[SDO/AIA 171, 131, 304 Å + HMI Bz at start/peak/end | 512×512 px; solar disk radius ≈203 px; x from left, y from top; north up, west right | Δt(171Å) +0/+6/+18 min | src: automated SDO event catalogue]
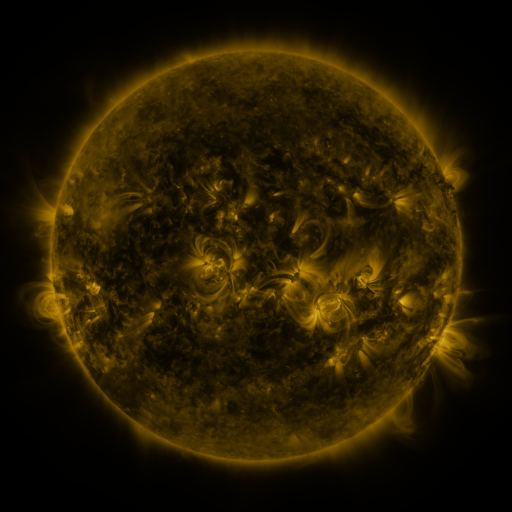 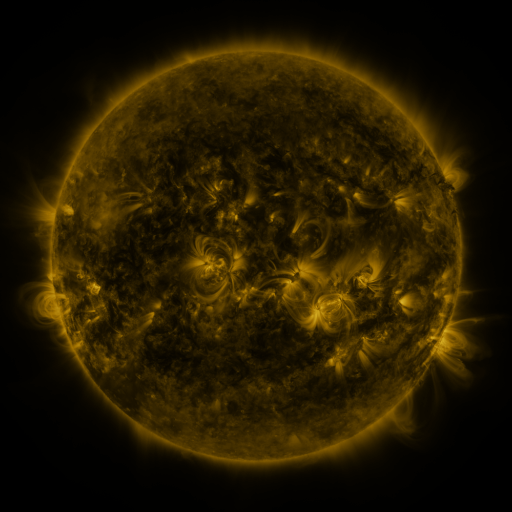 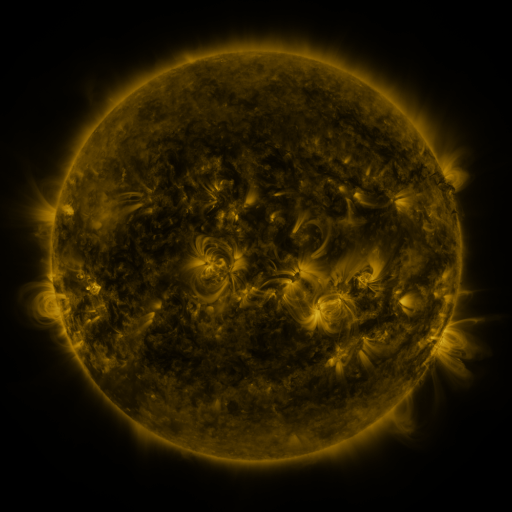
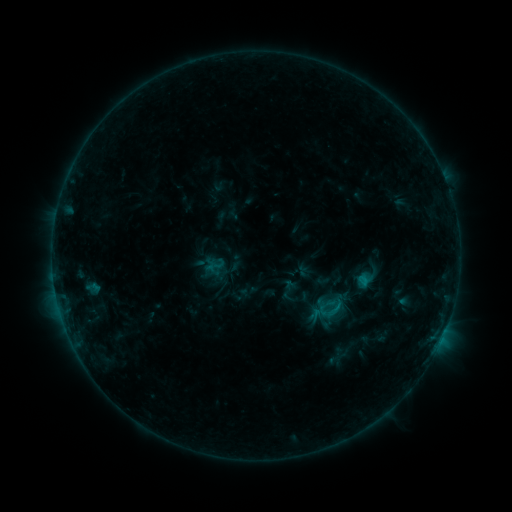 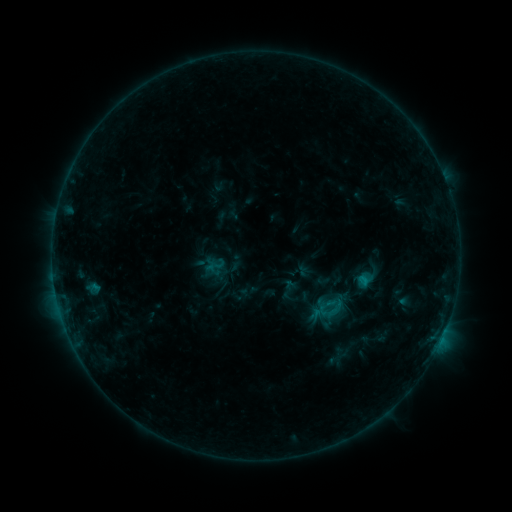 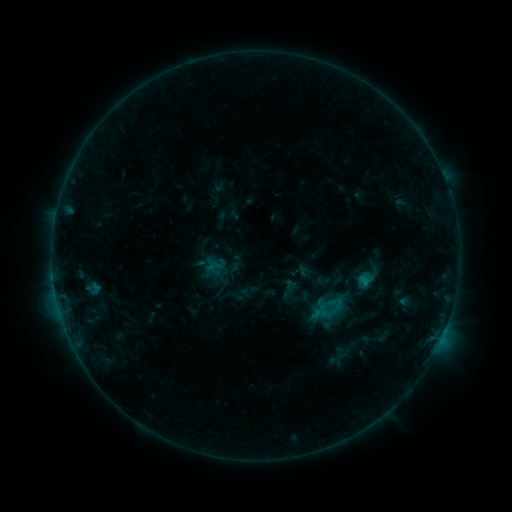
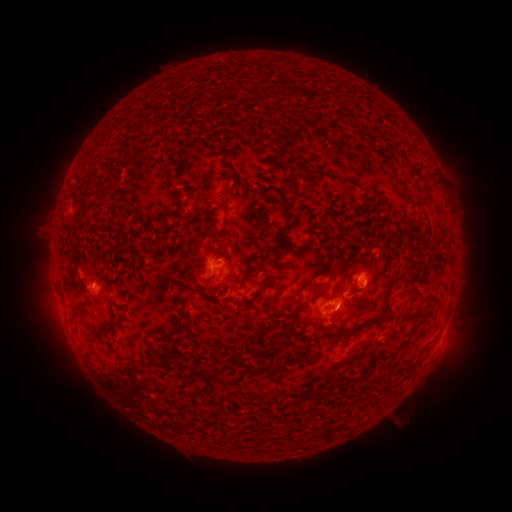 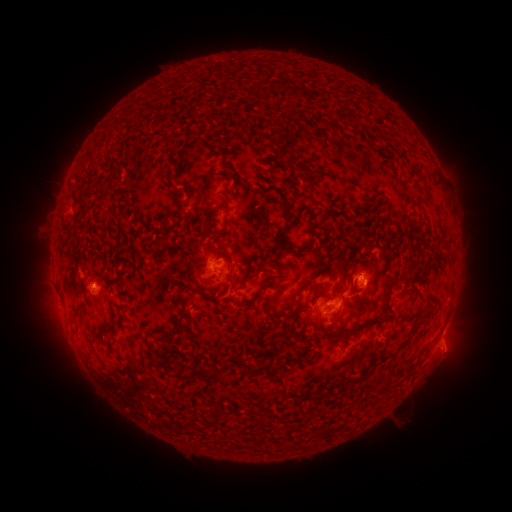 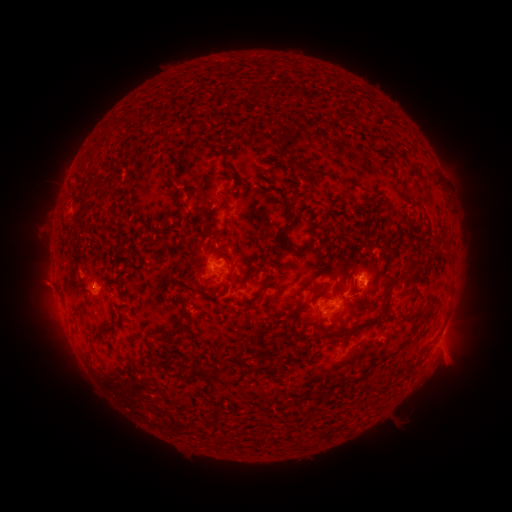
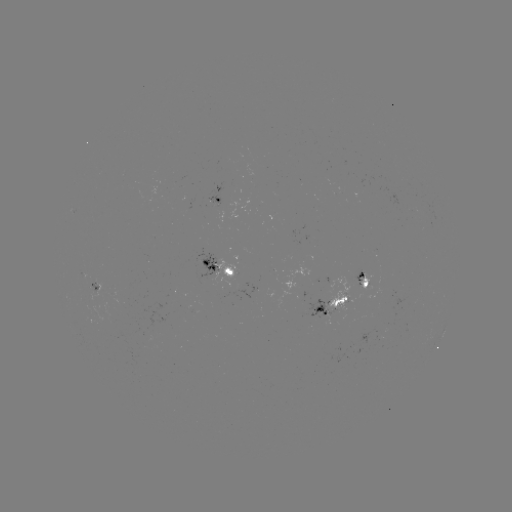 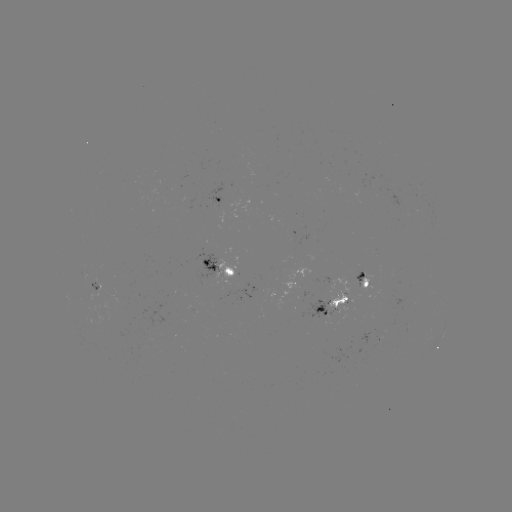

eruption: [423, 323, 481, 387]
